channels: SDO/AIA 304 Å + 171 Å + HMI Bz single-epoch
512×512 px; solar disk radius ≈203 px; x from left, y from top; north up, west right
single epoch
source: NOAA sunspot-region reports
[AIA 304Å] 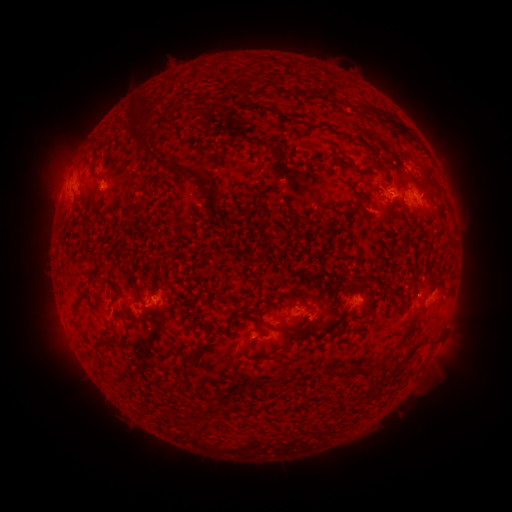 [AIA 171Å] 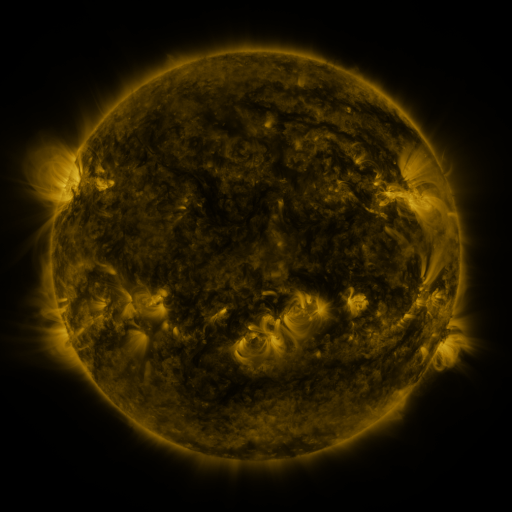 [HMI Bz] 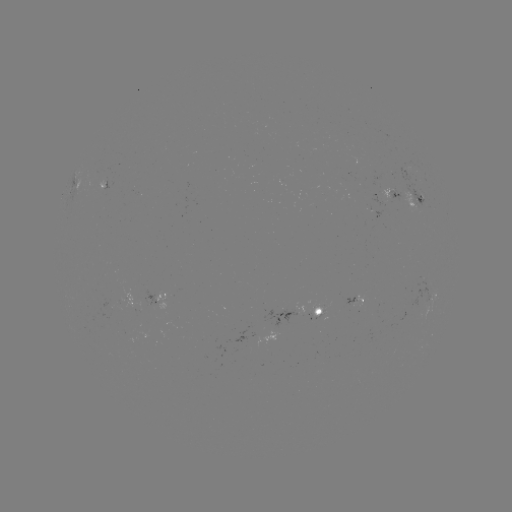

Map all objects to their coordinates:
spotted active region: (394, 194)
spotted active region: (417, 200)
spotted active region: (435, 291)
spotted active region: (161, 295)
spotted active region: (355, 299)
spotted active region: (298, 310)
